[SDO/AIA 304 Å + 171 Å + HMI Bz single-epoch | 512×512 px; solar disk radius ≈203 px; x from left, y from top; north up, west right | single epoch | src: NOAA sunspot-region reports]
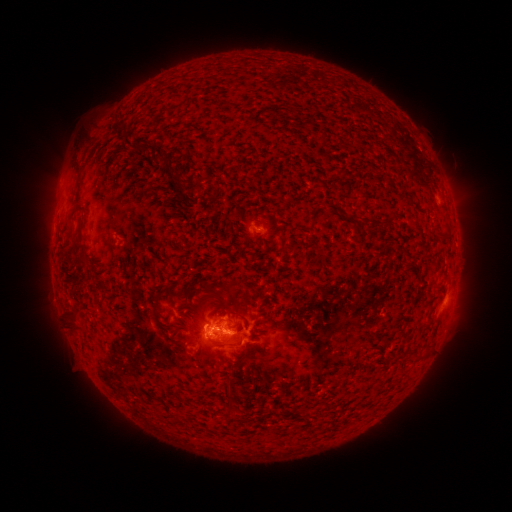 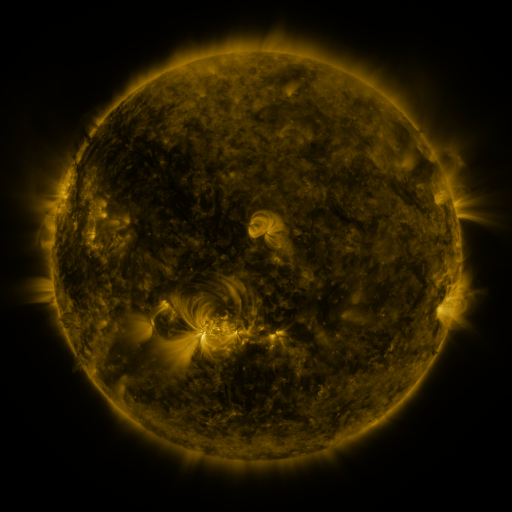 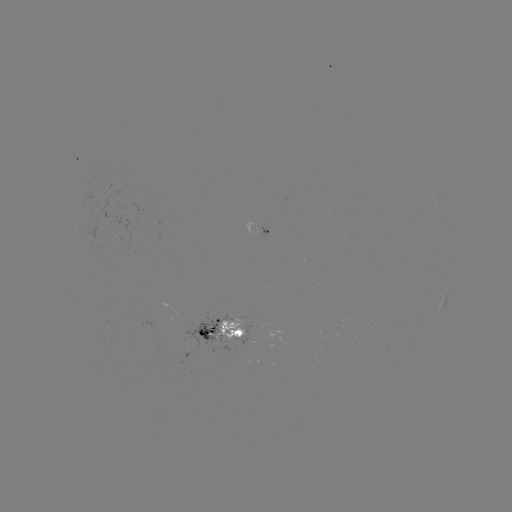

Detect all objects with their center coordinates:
spotted active region: (259, 230)
spotted active region: (225, 328)
